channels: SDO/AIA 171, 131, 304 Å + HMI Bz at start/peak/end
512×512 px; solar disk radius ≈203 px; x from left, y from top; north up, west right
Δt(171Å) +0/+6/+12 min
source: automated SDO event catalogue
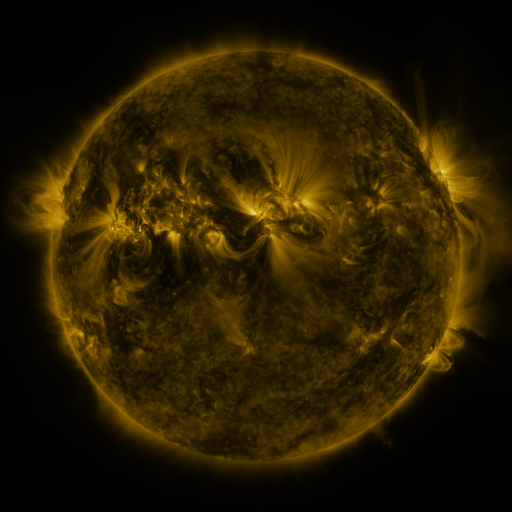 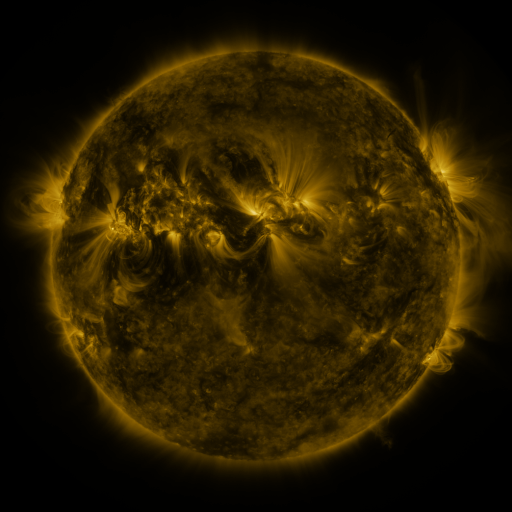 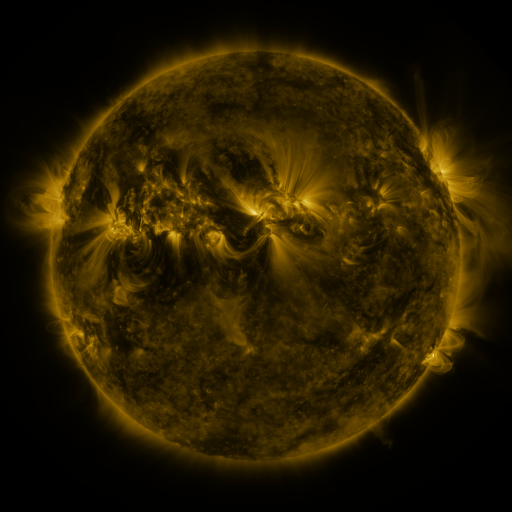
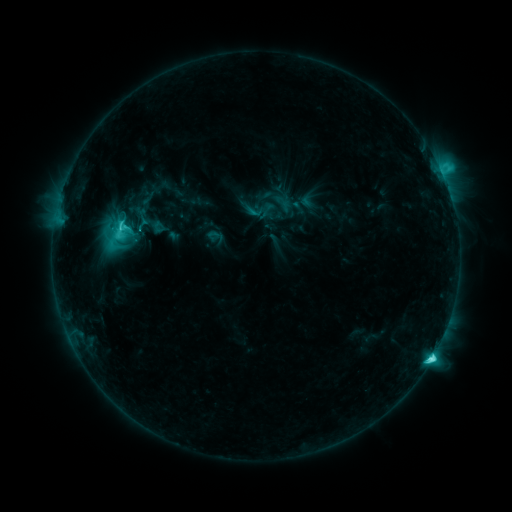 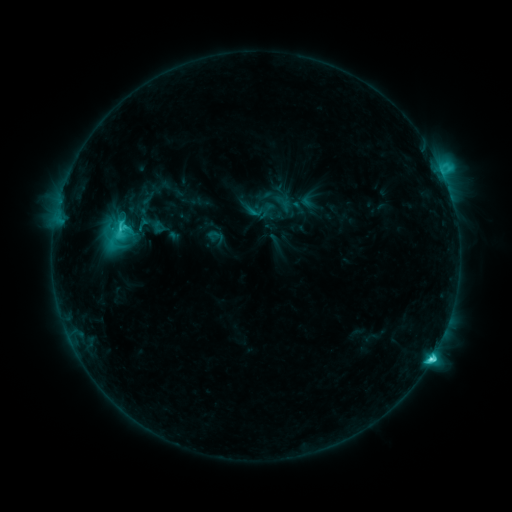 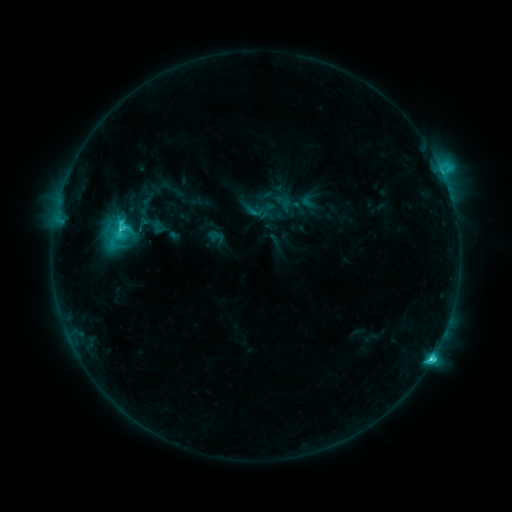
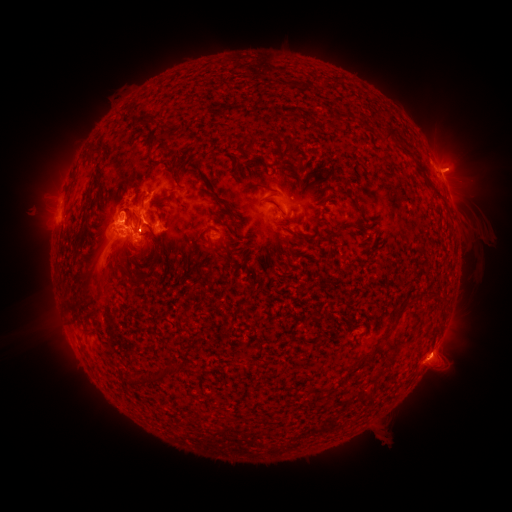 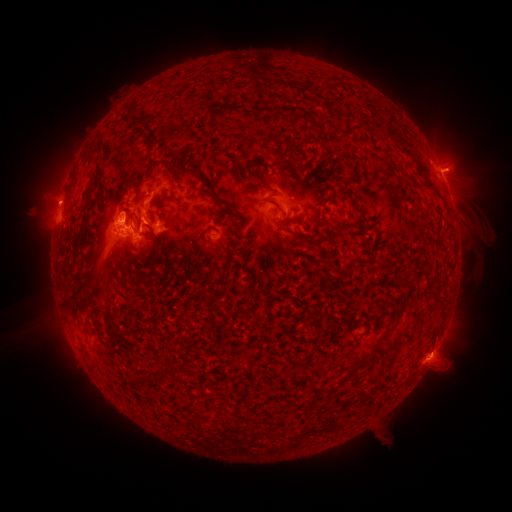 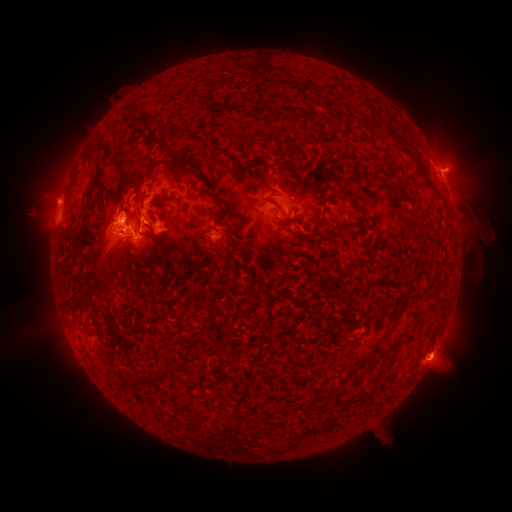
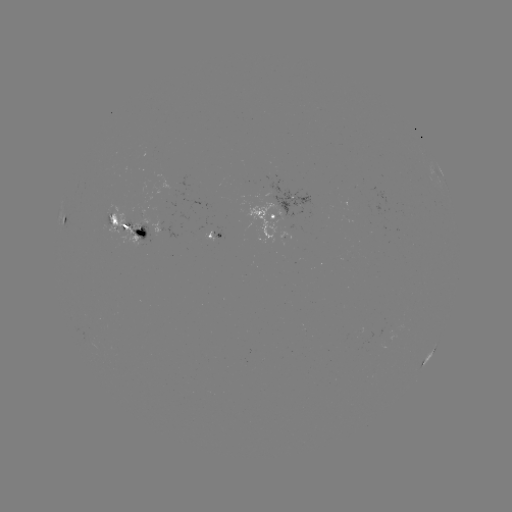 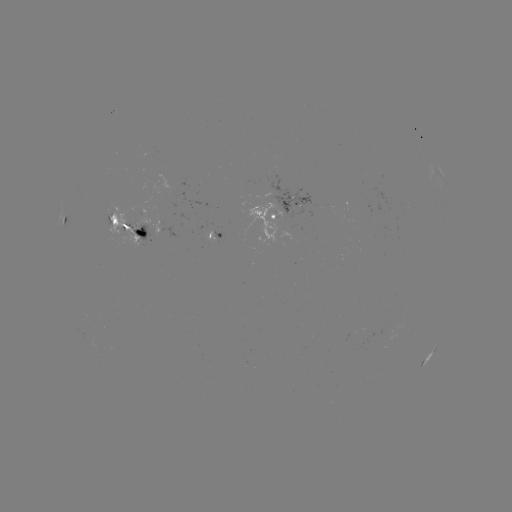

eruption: (34, 180, 73, 215)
